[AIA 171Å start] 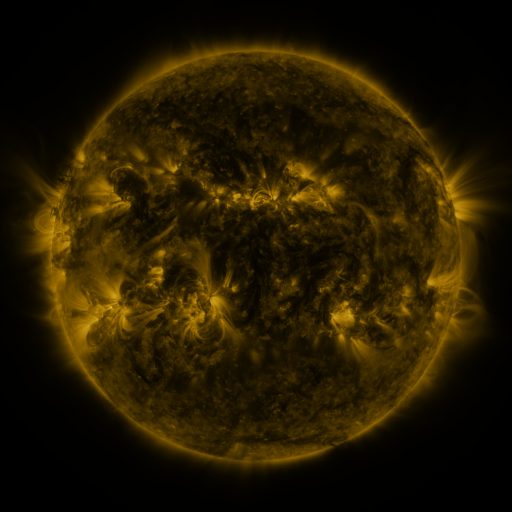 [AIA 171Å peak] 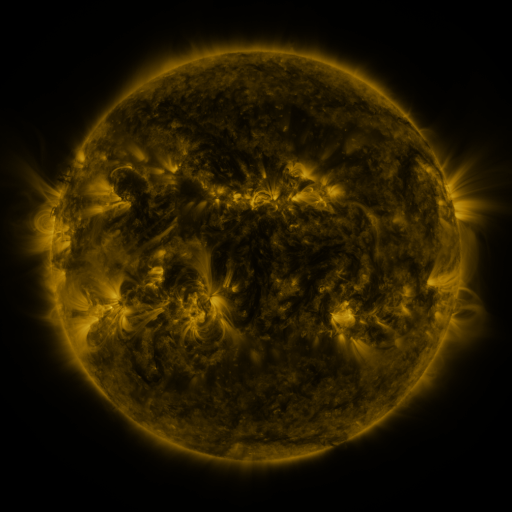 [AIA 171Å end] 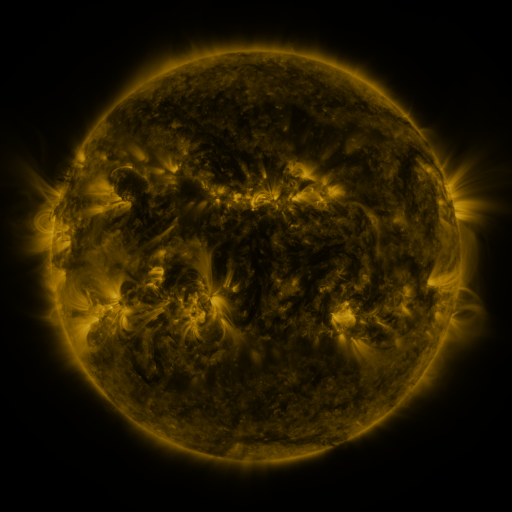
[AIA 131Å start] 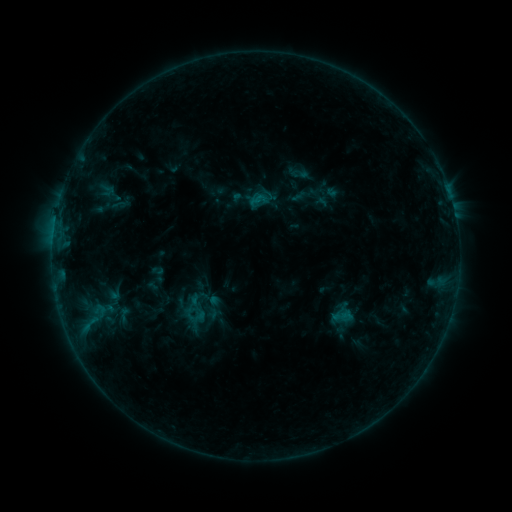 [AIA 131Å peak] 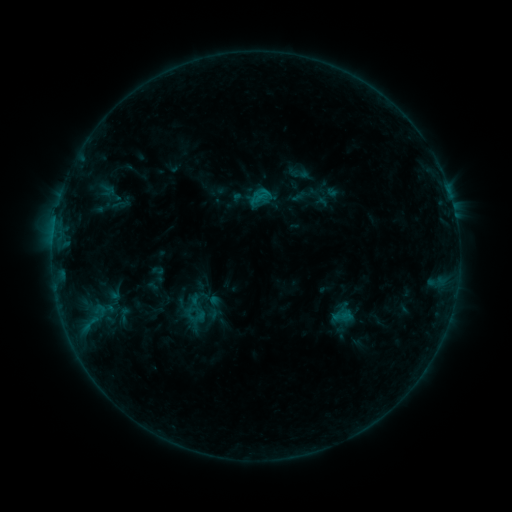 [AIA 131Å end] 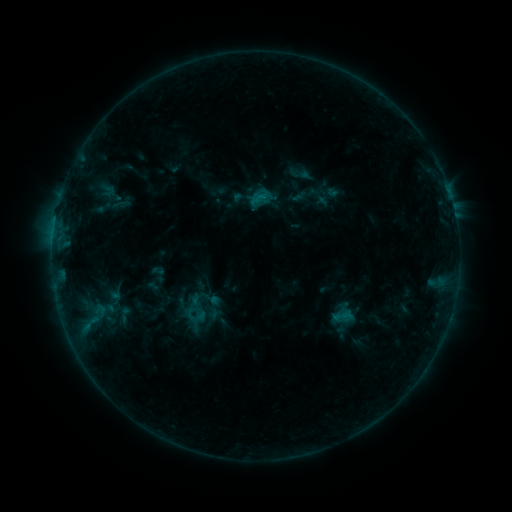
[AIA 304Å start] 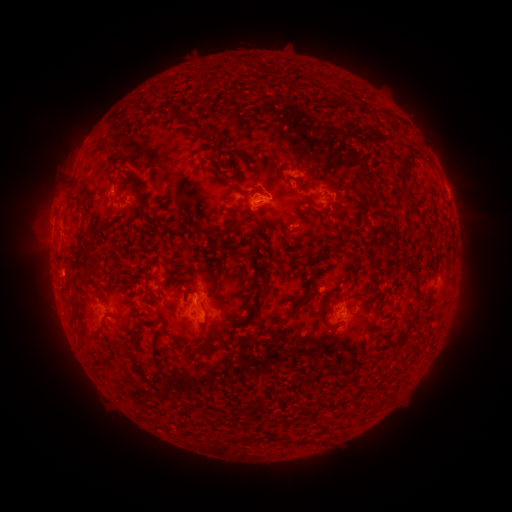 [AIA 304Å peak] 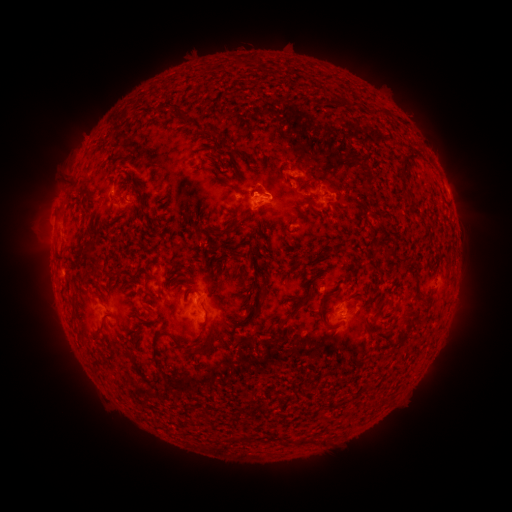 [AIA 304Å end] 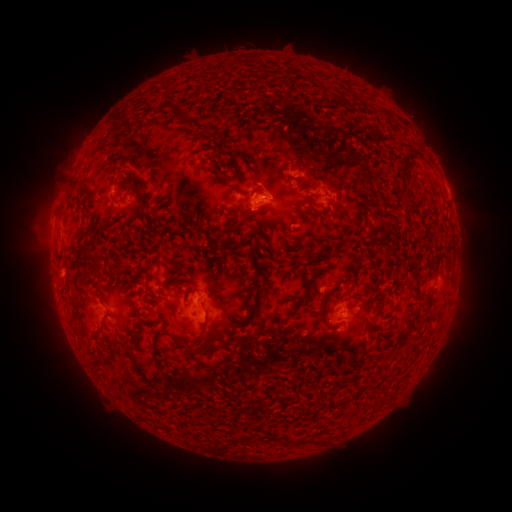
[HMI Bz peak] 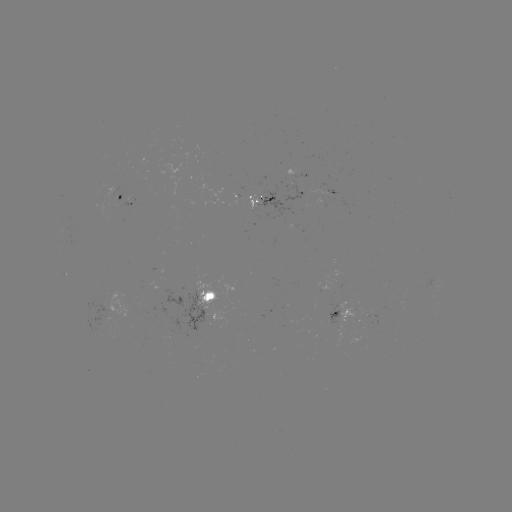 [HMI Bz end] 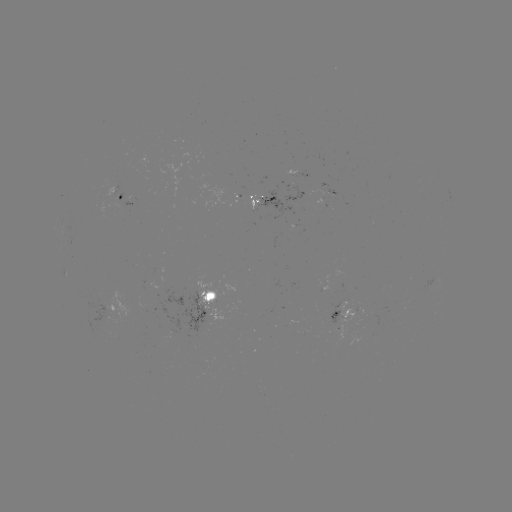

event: flare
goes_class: B5.1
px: (262, 195)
